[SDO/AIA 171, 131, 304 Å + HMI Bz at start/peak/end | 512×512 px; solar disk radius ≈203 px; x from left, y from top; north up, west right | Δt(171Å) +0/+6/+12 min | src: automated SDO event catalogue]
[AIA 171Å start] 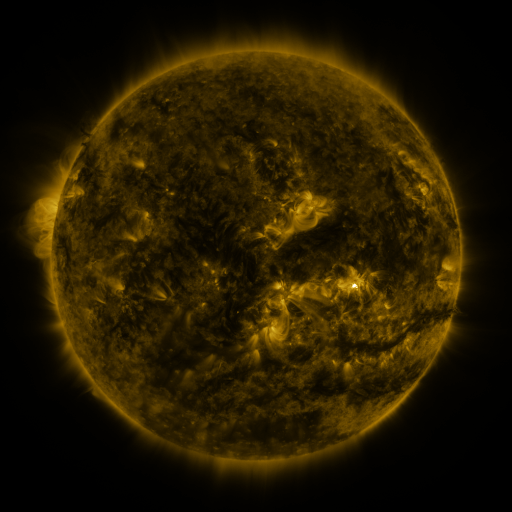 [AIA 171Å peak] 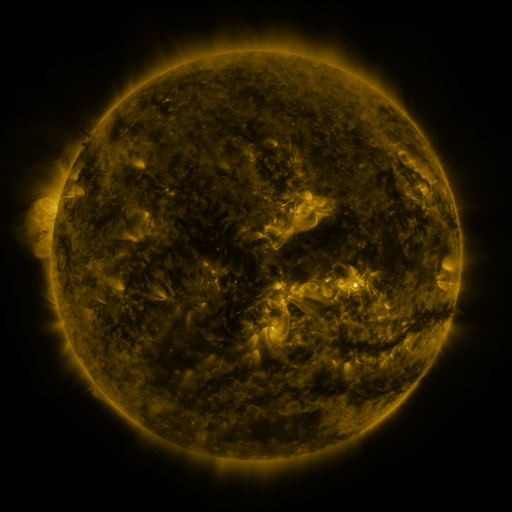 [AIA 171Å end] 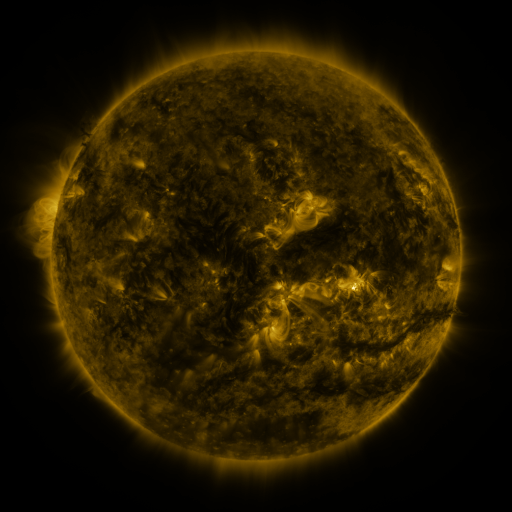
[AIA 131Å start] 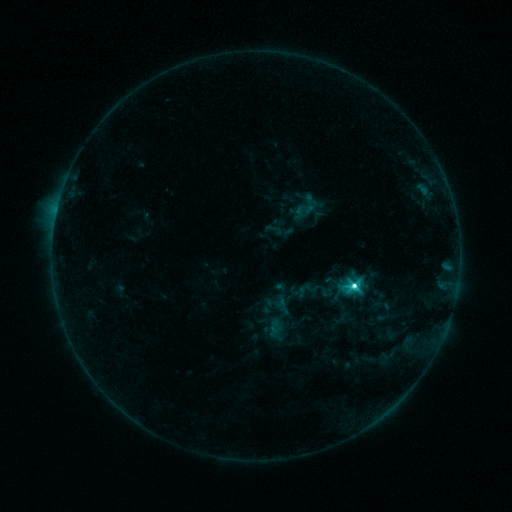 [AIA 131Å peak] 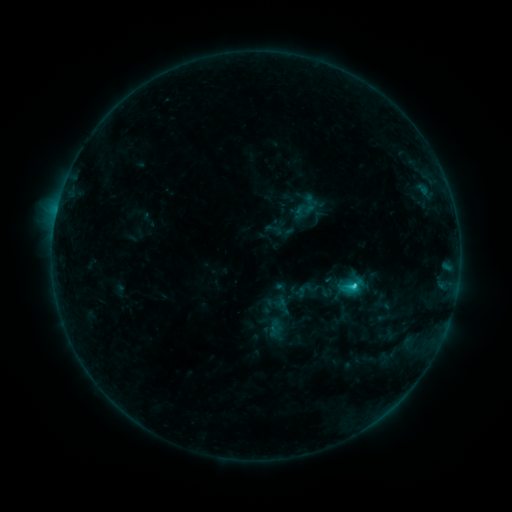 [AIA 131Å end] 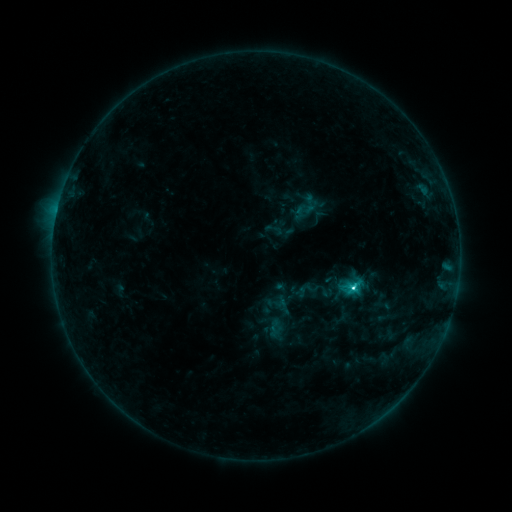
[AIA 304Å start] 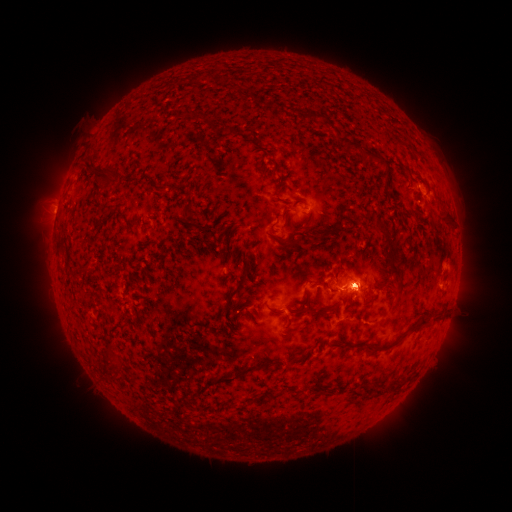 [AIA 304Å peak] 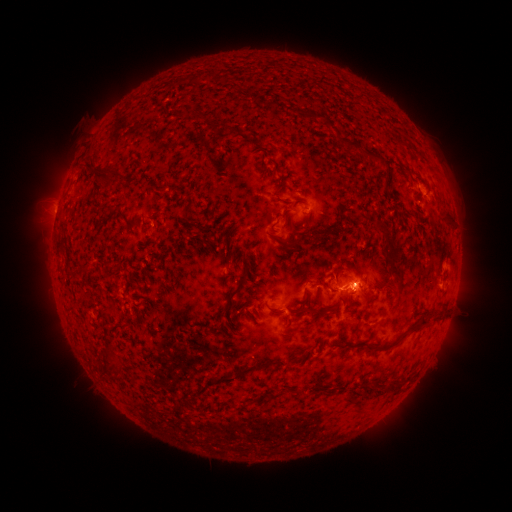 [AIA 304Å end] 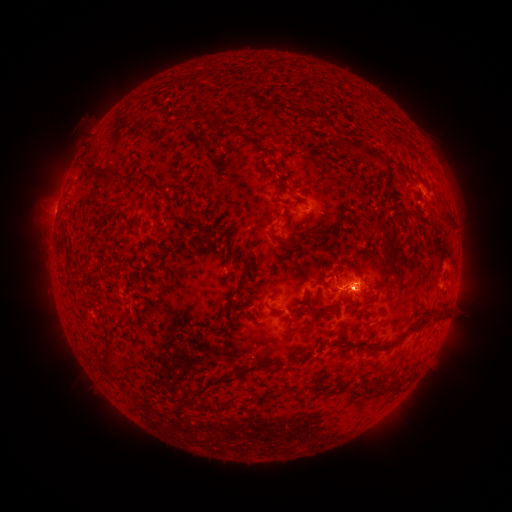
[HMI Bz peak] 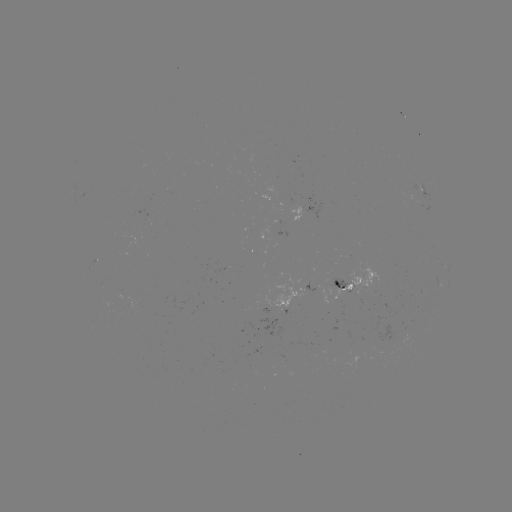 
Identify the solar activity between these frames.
C2.9 flare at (355, 280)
